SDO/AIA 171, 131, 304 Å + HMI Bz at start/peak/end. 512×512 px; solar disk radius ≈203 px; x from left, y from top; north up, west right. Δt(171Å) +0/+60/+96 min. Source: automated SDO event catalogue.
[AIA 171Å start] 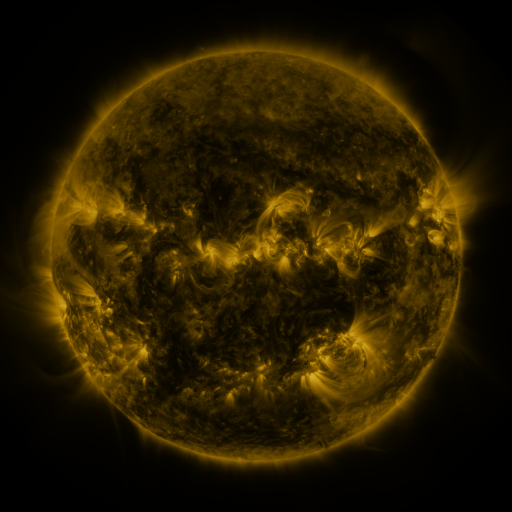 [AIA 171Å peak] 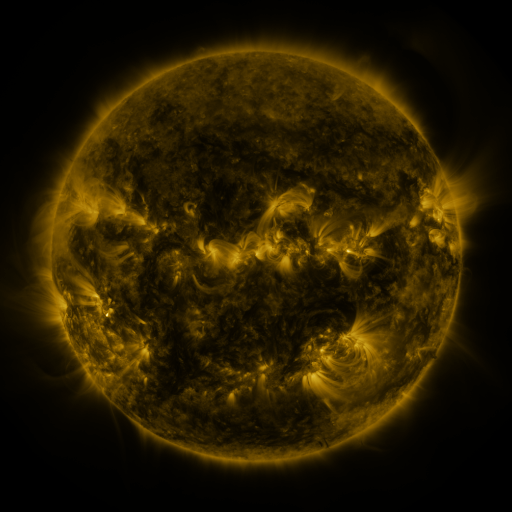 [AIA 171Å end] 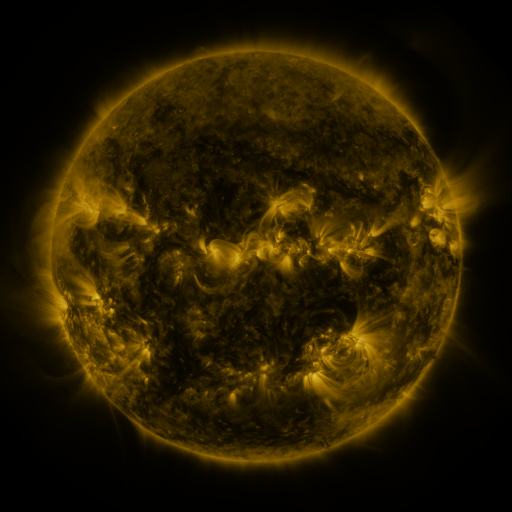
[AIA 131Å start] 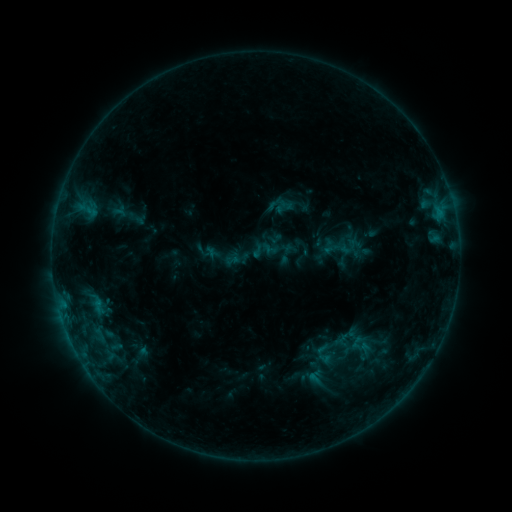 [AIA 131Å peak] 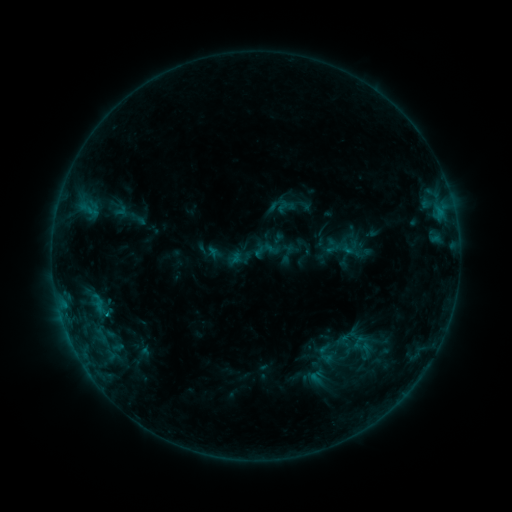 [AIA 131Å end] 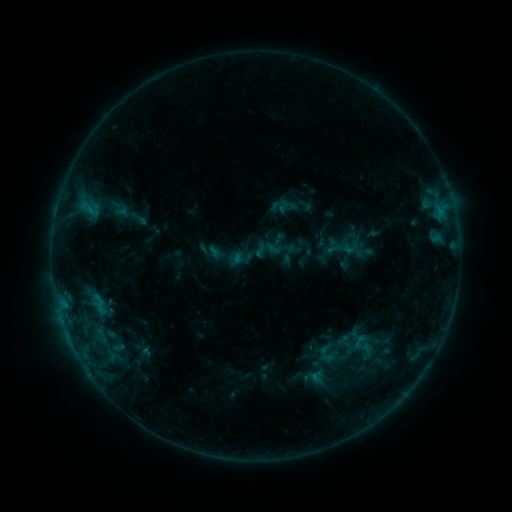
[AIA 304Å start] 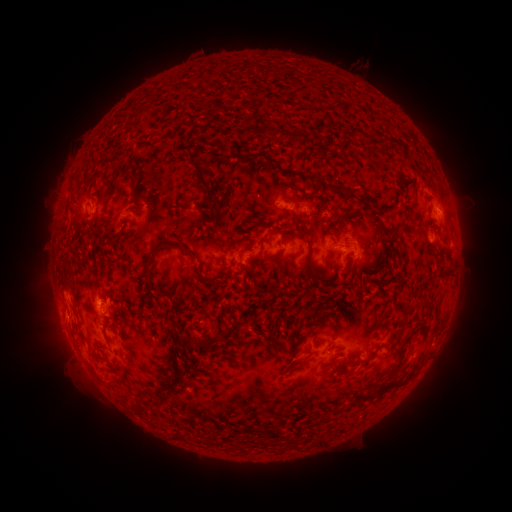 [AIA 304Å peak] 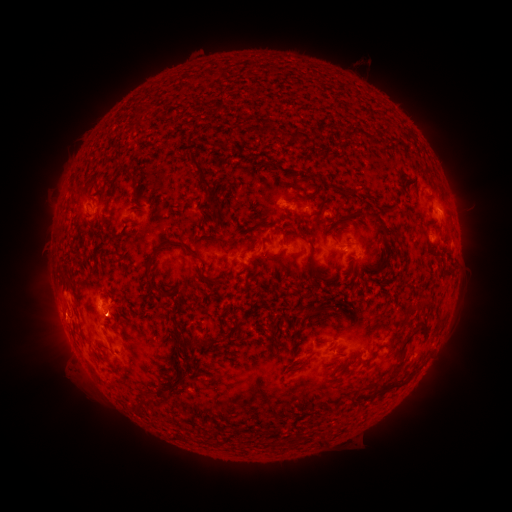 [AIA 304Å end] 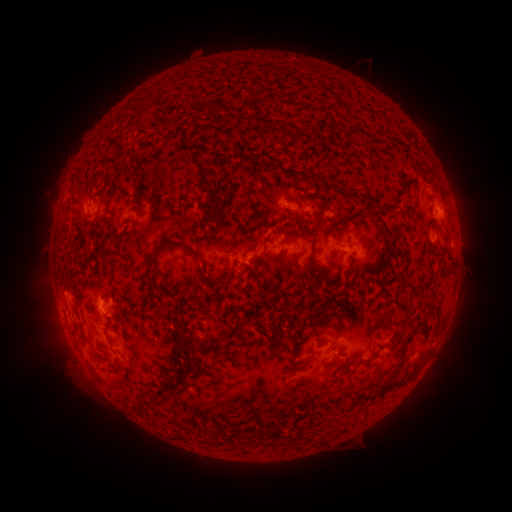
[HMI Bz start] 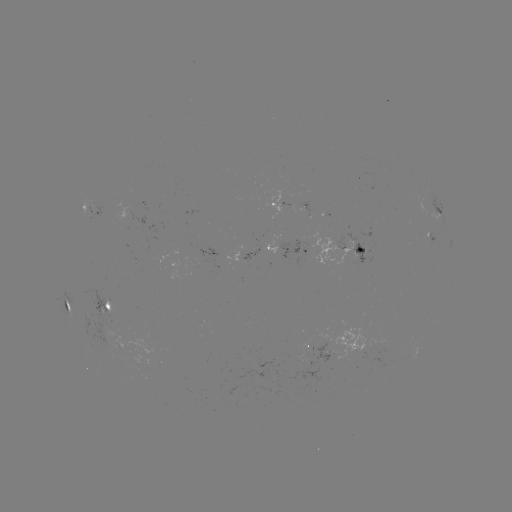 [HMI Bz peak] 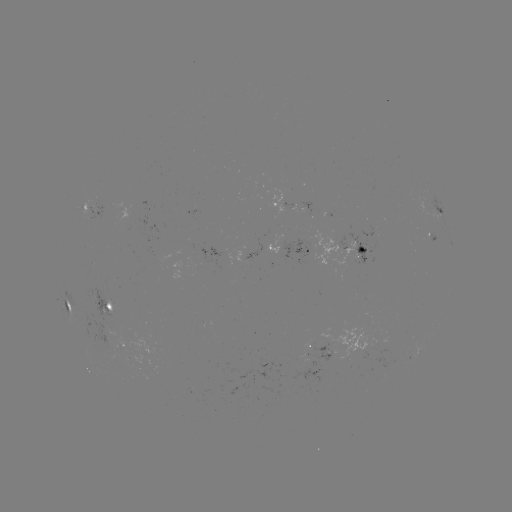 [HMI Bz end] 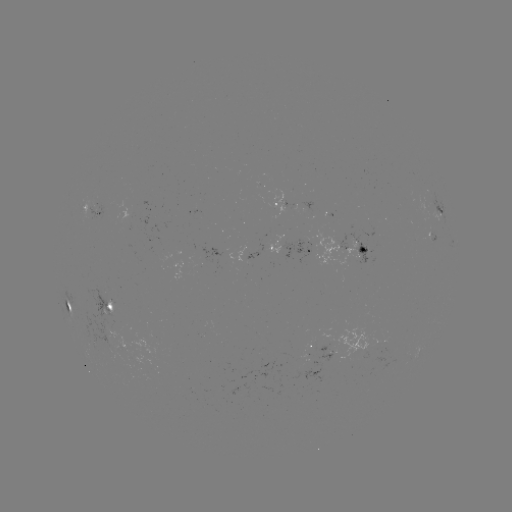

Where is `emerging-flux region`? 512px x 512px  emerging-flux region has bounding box [187, 240, 193, 251].